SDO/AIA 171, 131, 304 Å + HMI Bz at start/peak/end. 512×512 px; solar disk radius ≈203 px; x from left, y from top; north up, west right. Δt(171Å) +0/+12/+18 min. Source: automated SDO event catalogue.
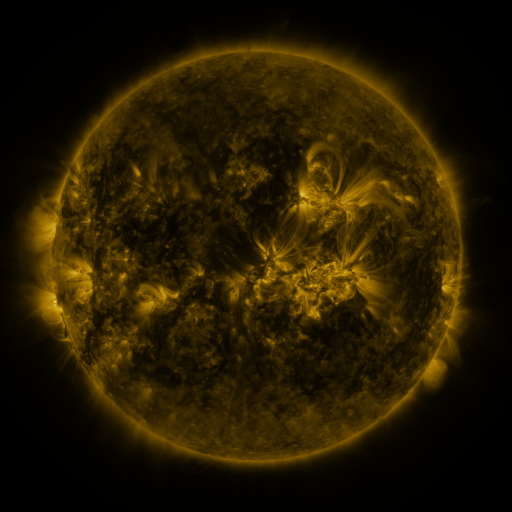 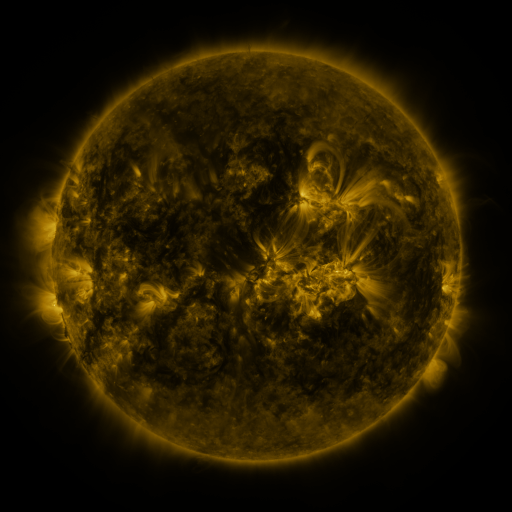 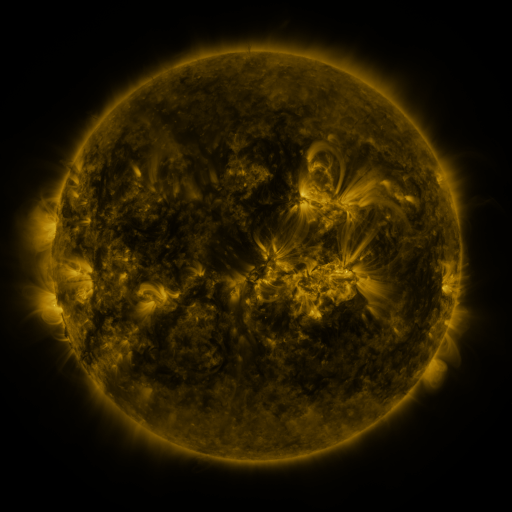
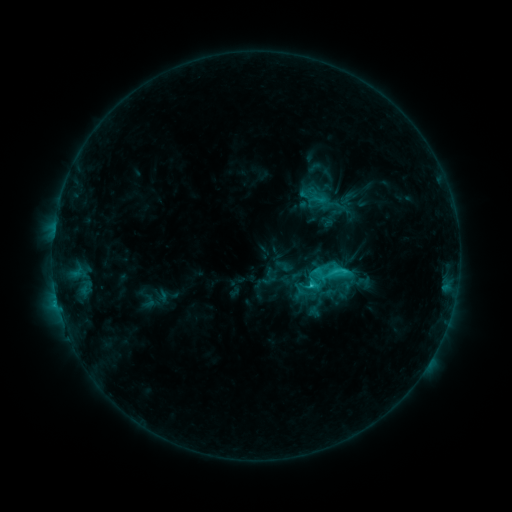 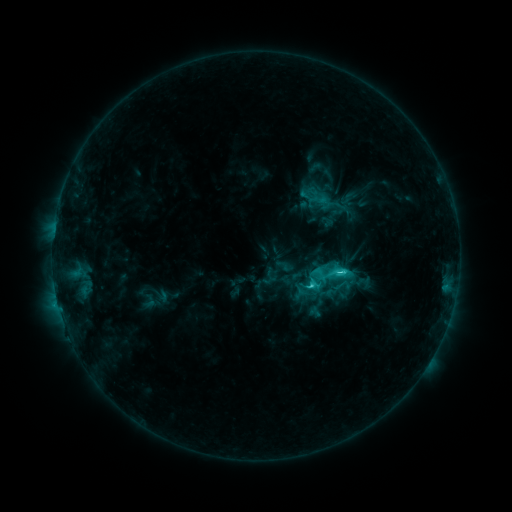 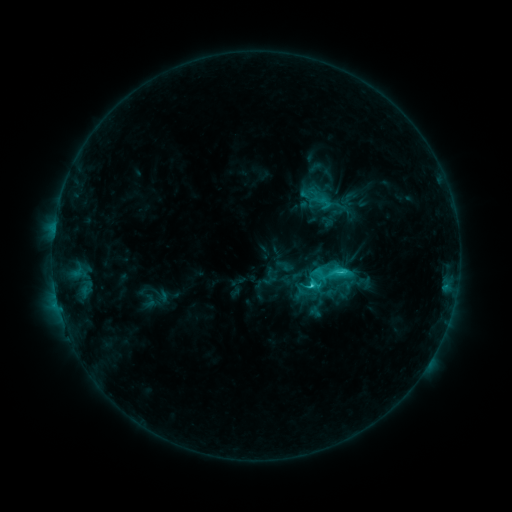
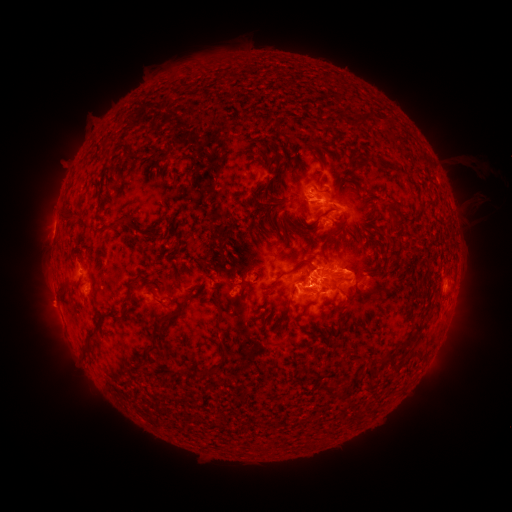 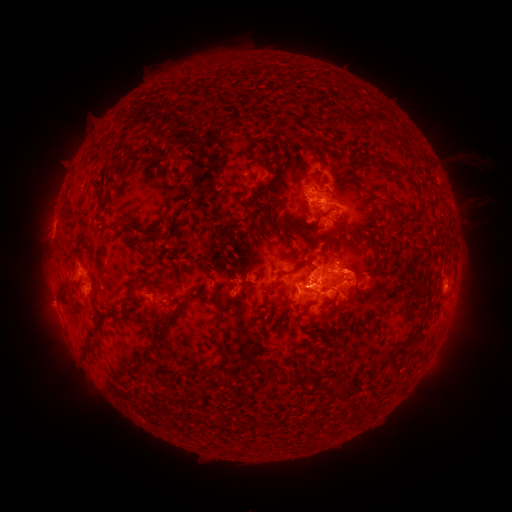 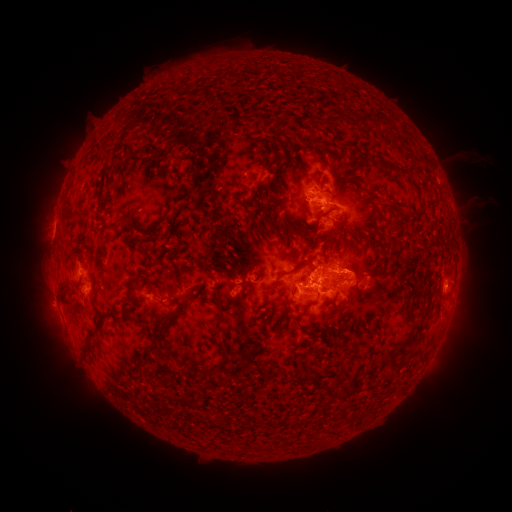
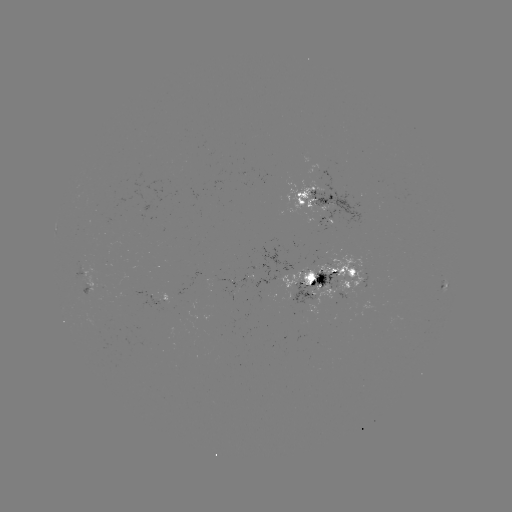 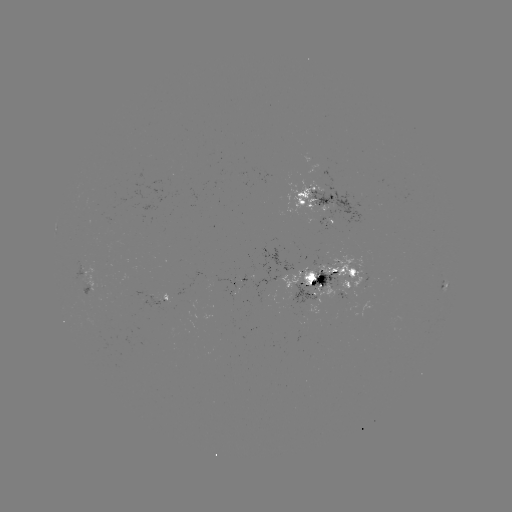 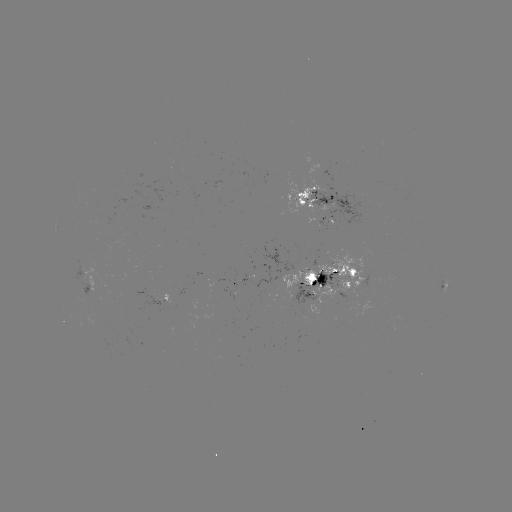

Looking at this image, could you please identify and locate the C4.7 flare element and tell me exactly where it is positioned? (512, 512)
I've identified C4.7 flare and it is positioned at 337,271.